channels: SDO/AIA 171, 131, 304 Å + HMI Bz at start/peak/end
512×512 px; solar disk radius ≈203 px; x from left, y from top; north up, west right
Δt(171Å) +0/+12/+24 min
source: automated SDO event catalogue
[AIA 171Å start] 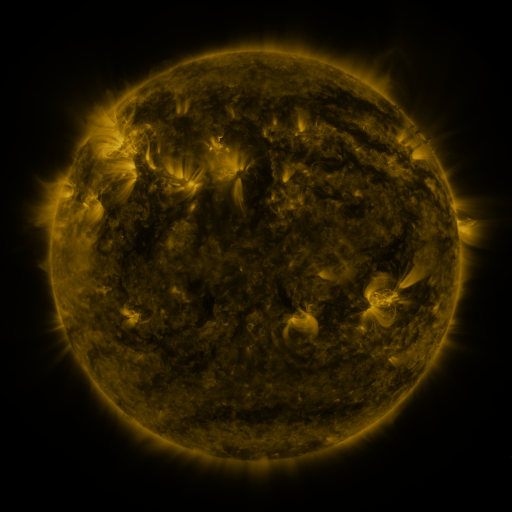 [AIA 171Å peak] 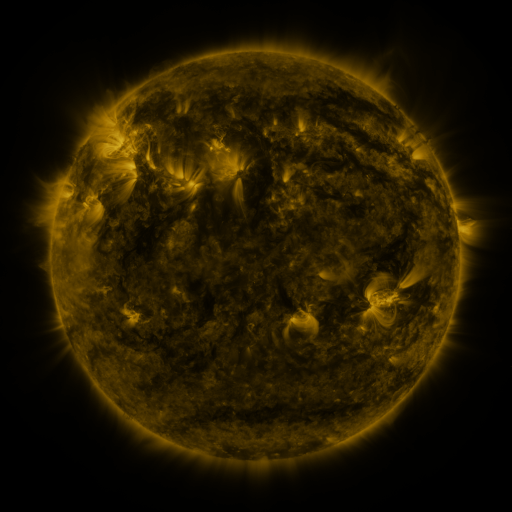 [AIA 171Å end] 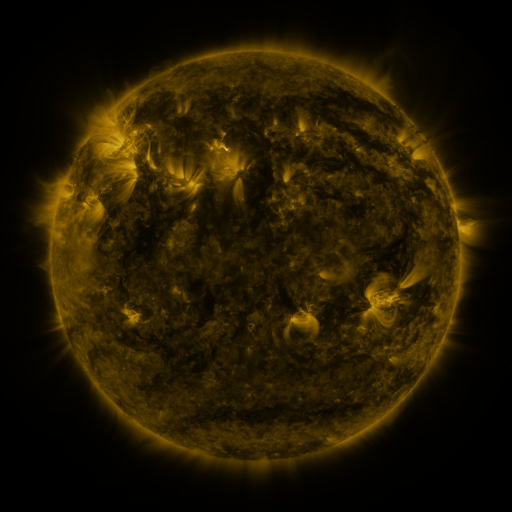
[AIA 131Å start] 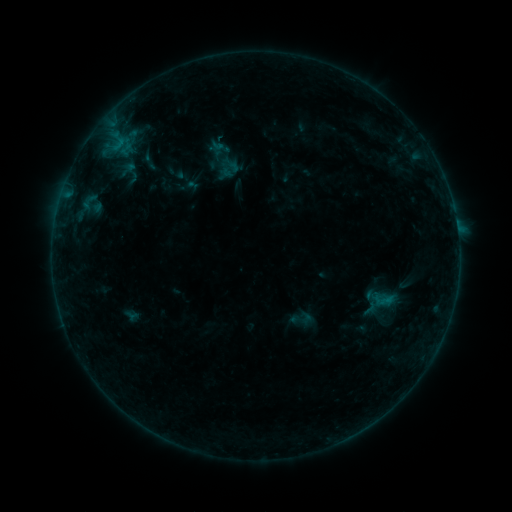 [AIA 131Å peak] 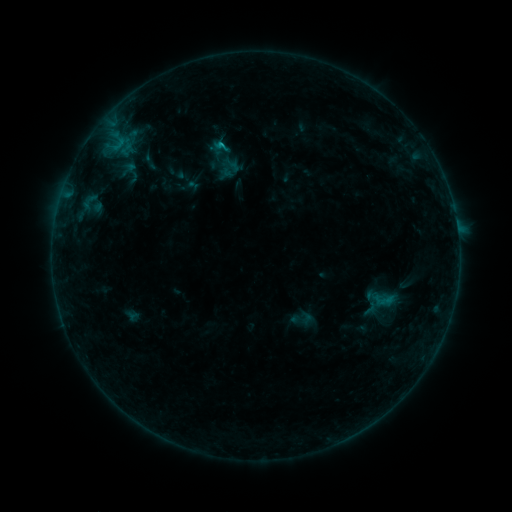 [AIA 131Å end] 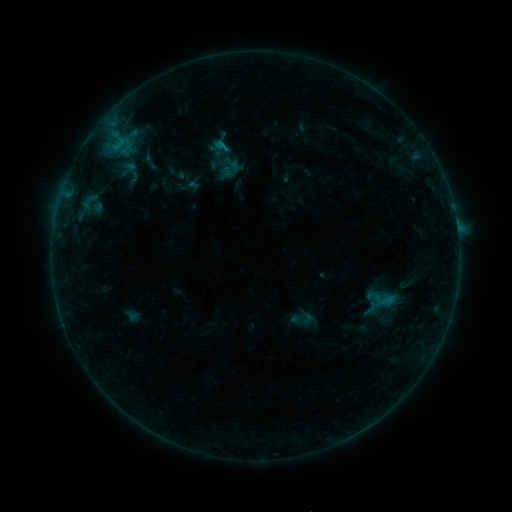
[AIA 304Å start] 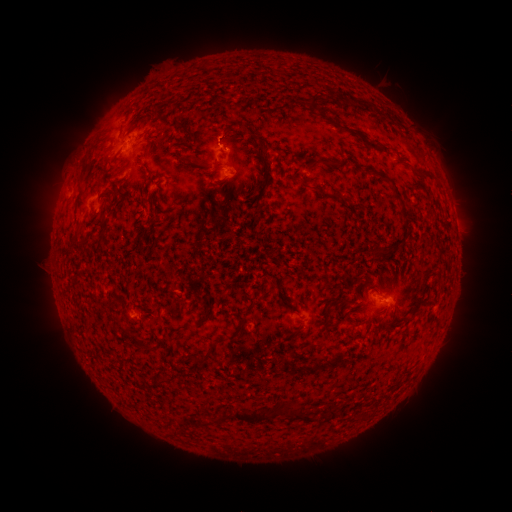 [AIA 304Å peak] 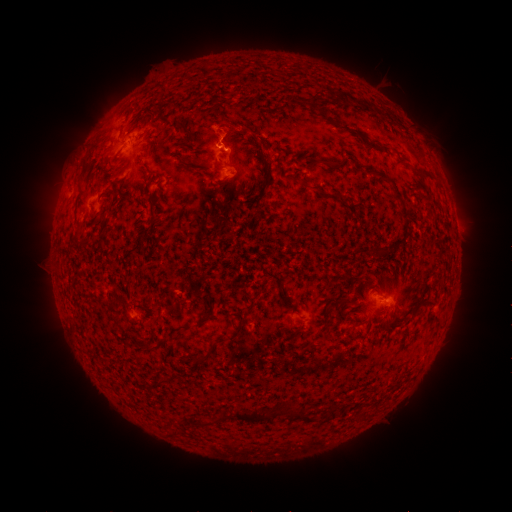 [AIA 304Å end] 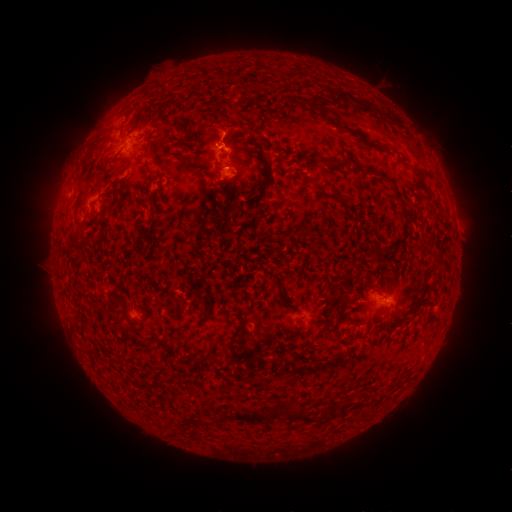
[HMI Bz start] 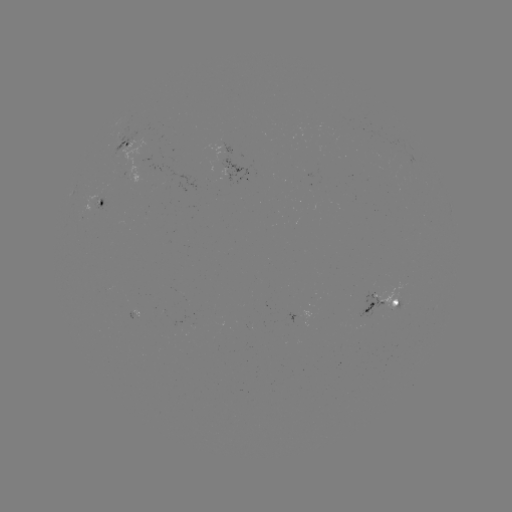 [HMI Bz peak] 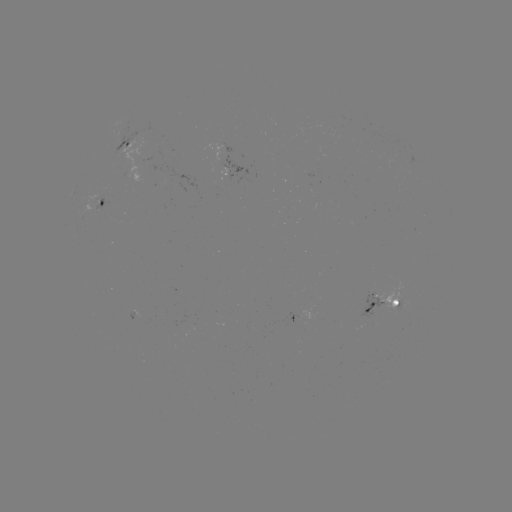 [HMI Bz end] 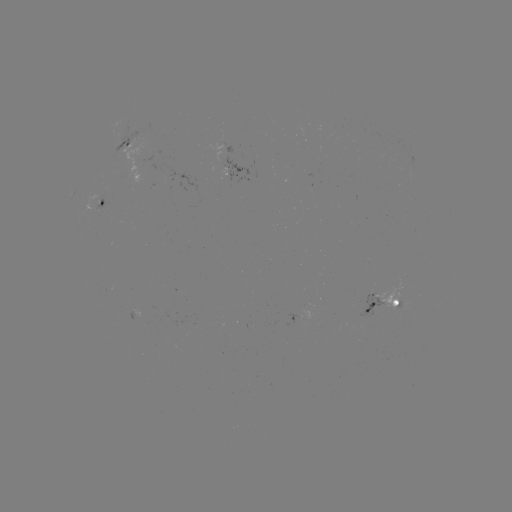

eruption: (190, 100, 267, 168)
